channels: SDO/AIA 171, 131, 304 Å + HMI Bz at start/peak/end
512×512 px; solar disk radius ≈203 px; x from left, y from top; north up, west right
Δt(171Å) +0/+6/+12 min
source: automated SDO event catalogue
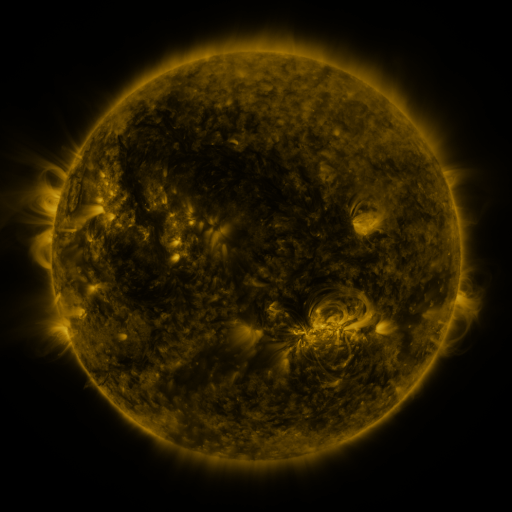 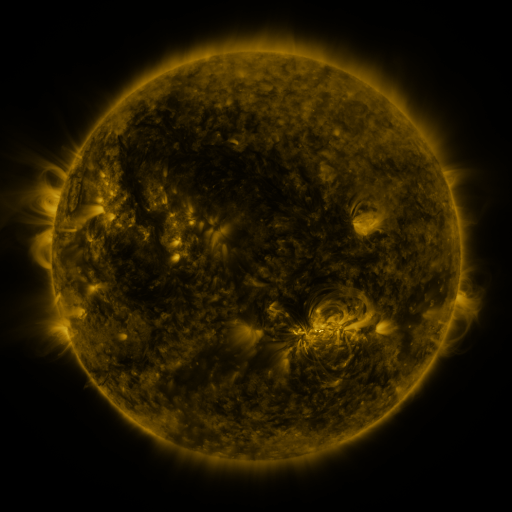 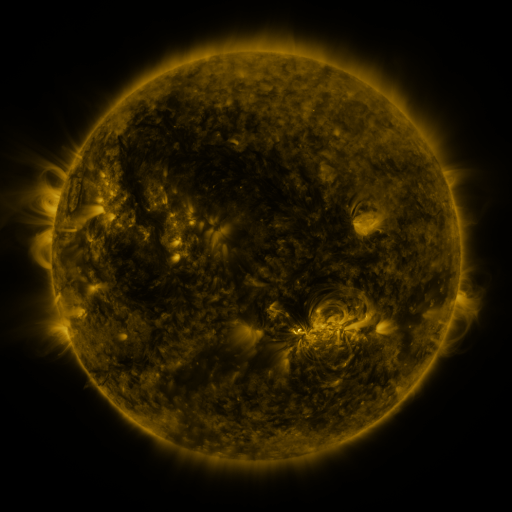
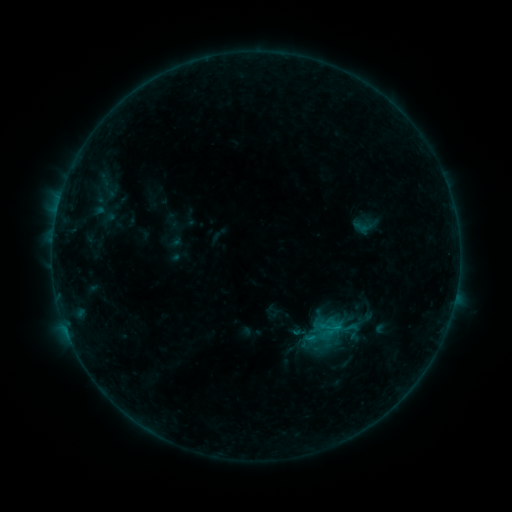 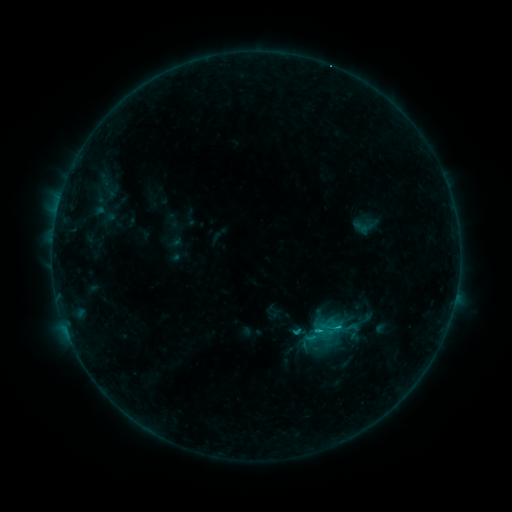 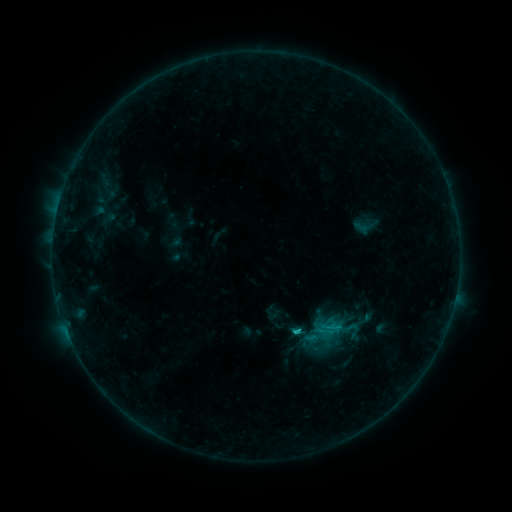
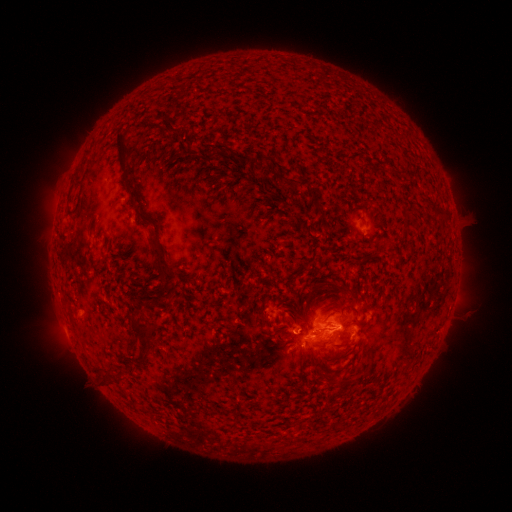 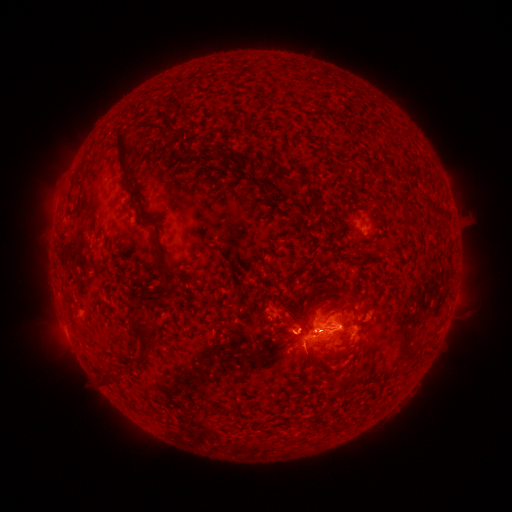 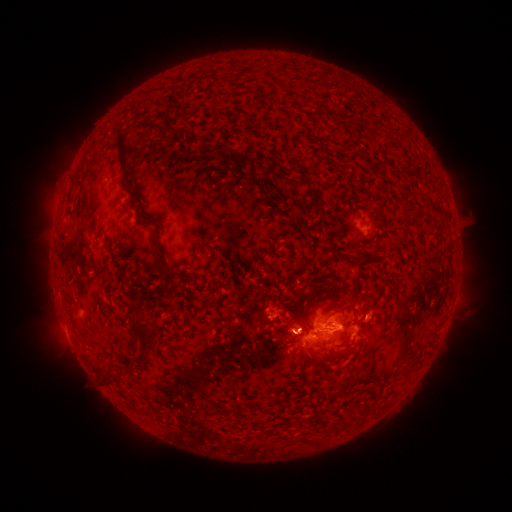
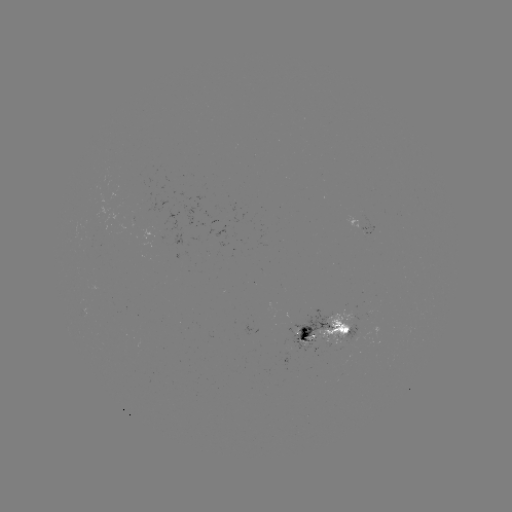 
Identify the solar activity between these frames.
C2.3 flare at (316, 331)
